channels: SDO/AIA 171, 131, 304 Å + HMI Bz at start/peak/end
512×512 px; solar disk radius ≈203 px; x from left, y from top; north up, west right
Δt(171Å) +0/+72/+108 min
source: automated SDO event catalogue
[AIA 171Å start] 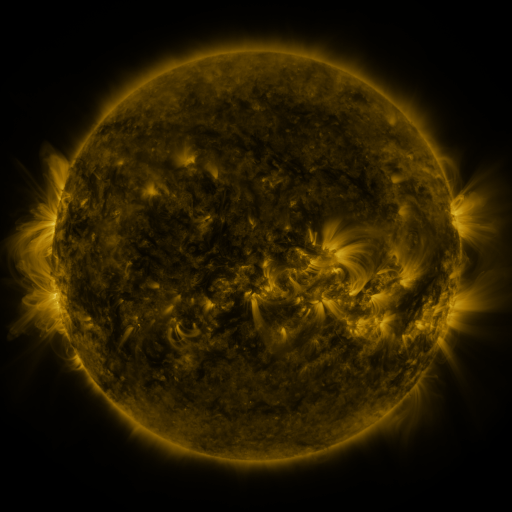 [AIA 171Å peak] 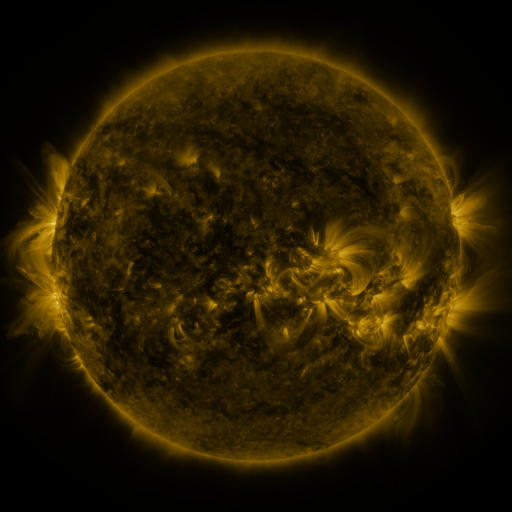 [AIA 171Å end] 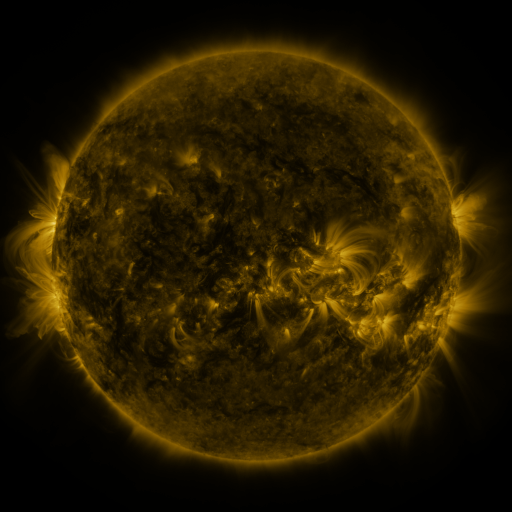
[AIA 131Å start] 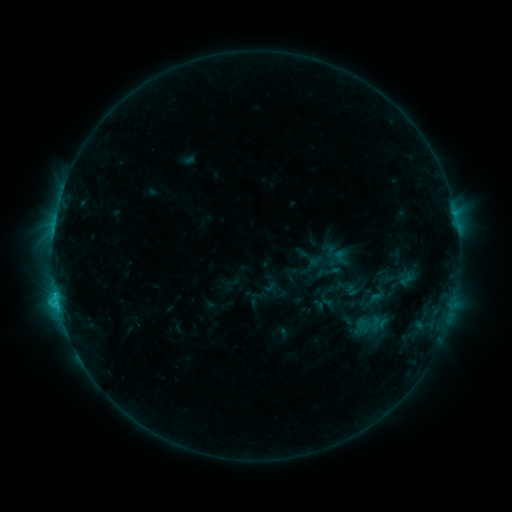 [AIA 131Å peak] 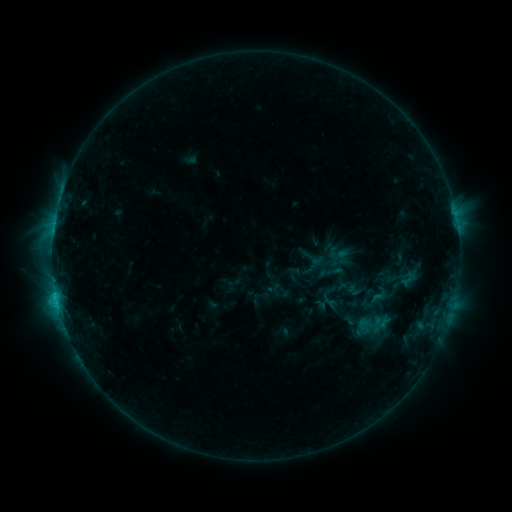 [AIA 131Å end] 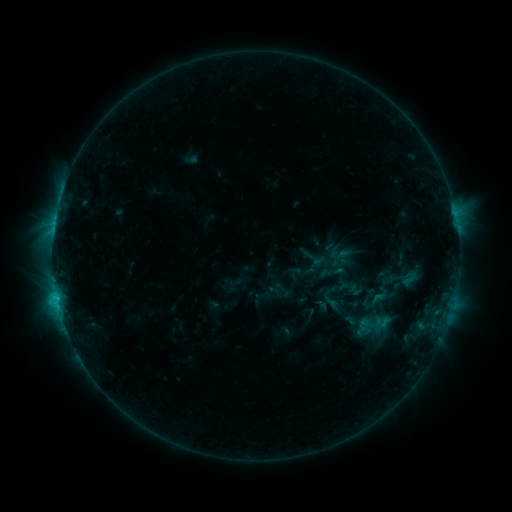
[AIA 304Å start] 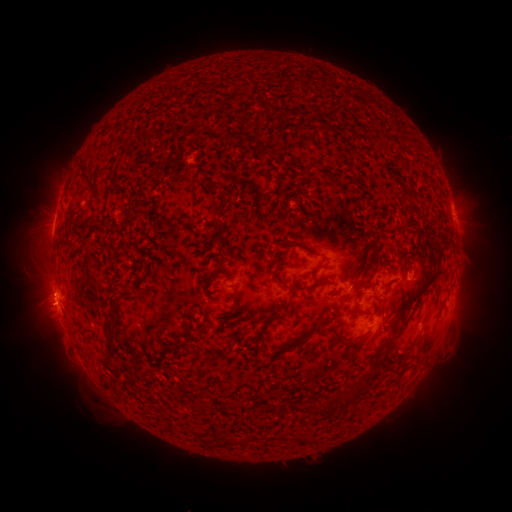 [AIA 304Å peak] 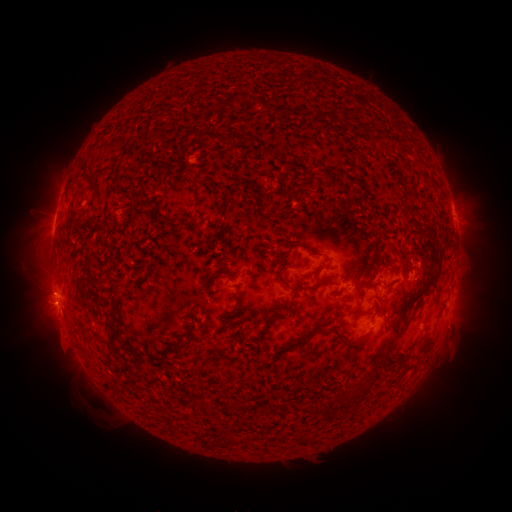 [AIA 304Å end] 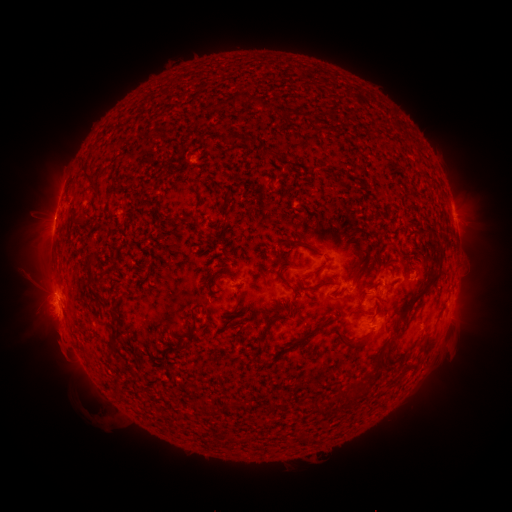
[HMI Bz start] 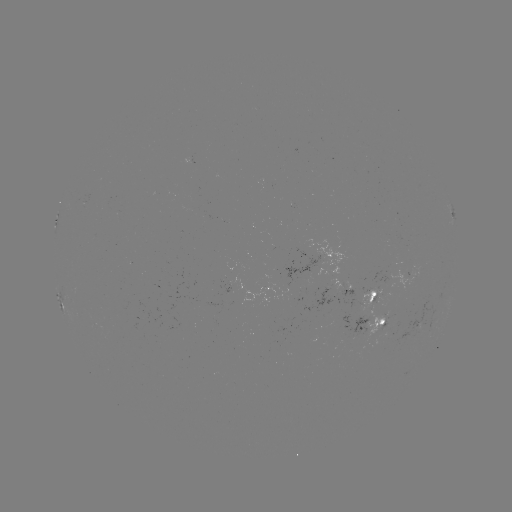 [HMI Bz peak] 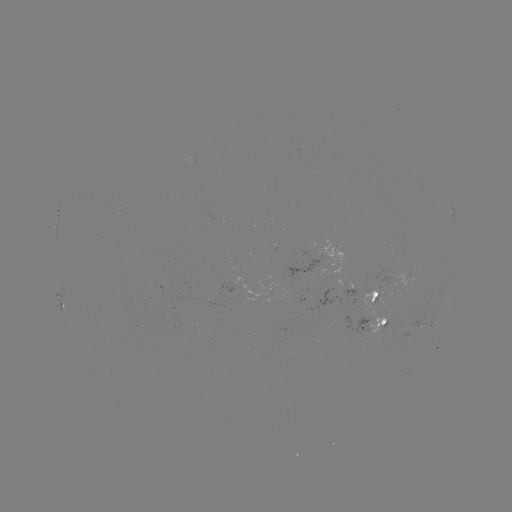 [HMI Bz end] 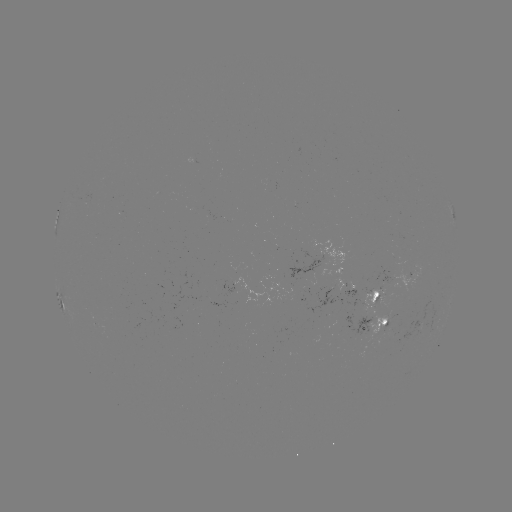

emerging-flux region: <bbox>304, 287, 332, 315</bbox>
